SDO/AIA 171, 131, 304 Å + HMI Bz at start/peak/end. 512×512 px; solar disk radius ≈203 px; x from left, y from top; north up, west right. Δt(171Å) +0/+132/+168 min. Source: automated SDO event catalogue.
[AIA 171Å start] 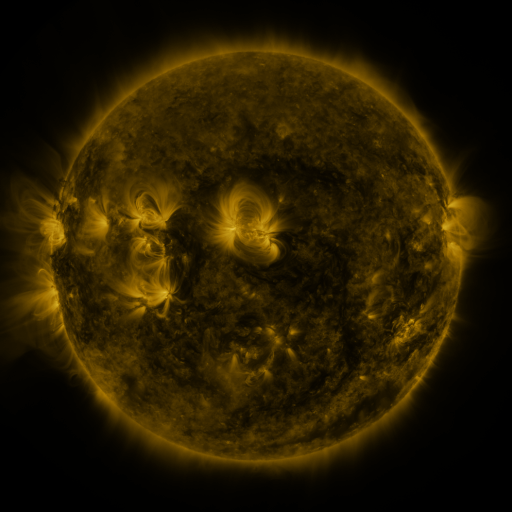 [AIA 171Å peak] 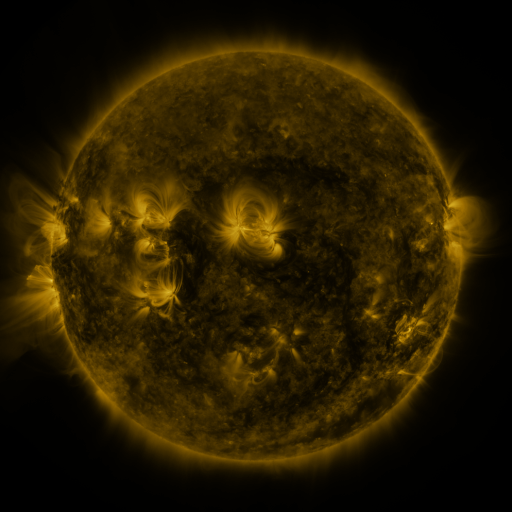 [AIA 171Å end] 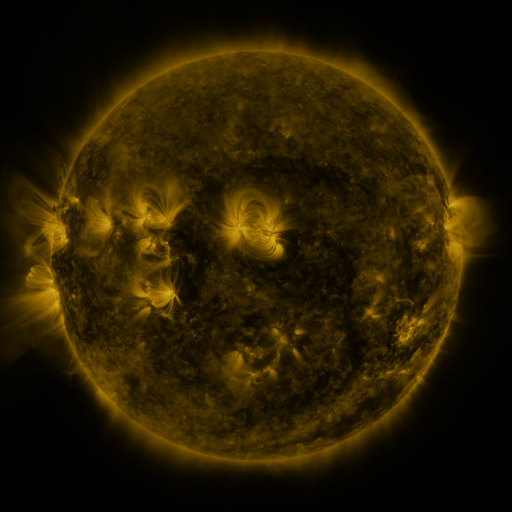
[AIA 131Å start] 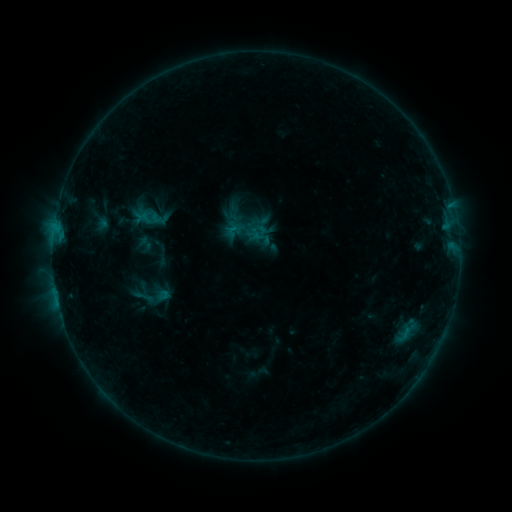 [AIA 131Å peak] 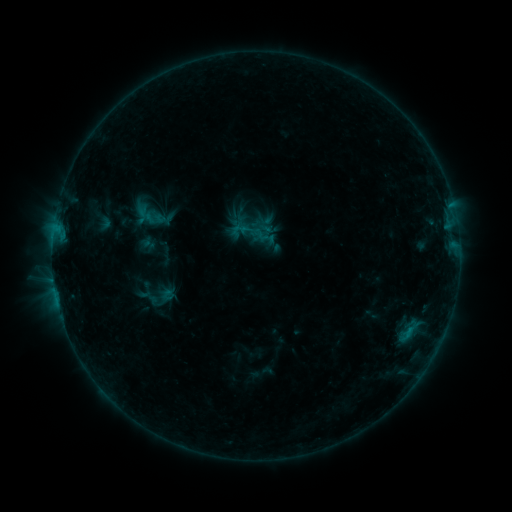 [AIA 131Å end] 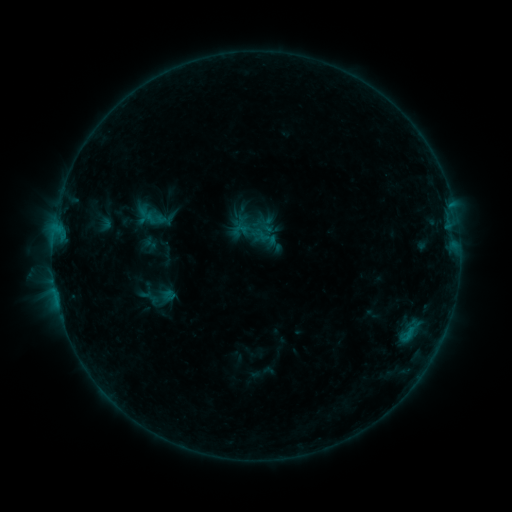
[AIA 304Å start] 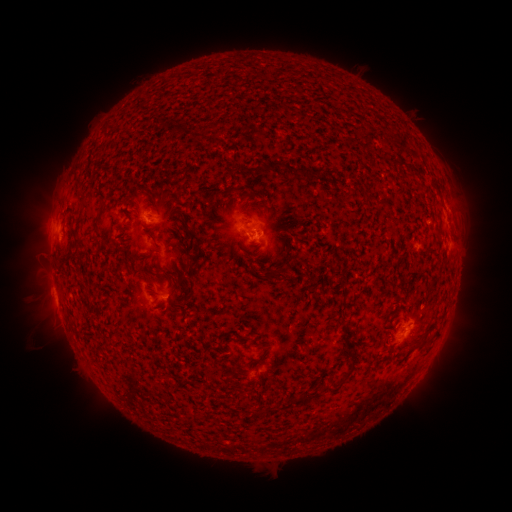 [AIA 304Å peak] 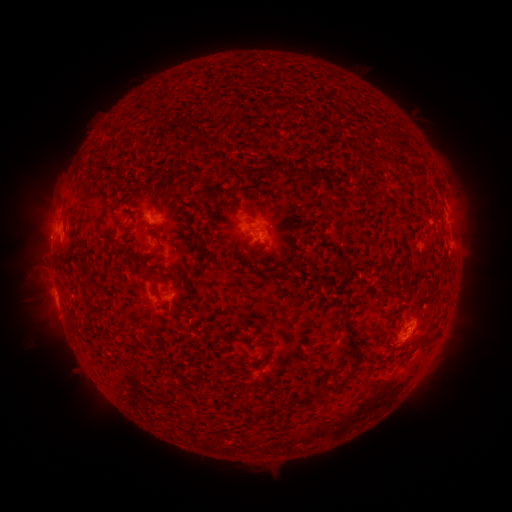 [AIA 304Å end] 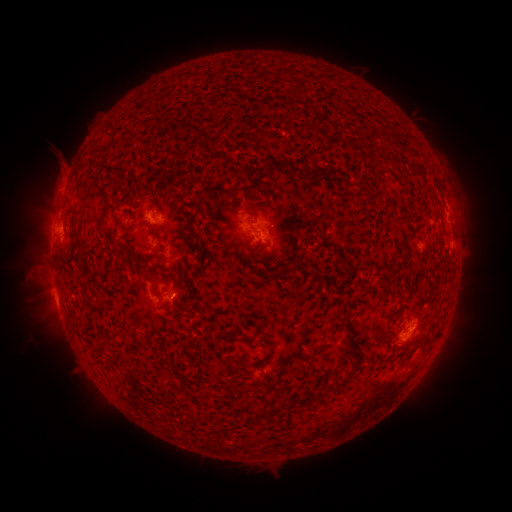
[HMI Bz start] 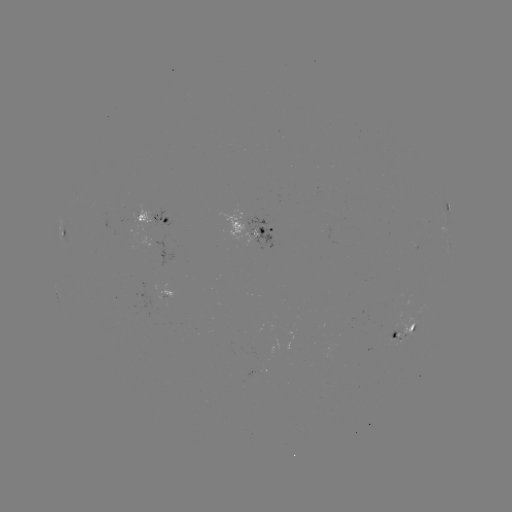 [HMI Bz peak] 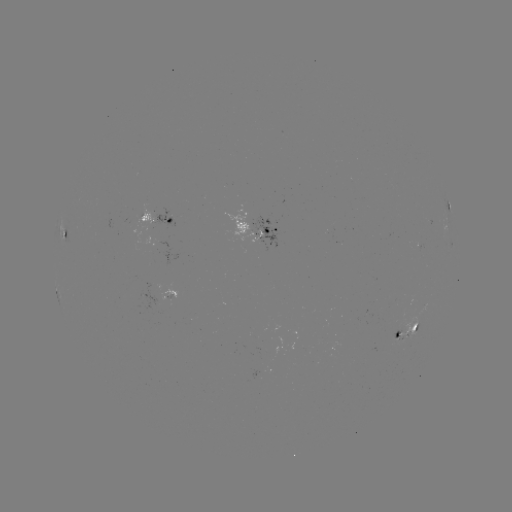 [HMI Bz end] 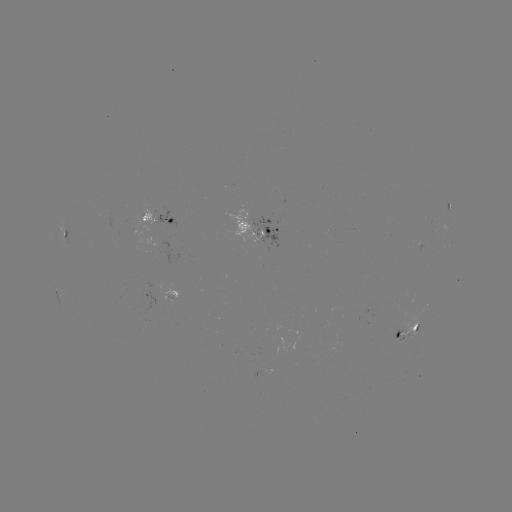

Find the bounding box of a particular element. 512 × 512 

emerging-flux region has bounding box [398, 316, 416, 337].